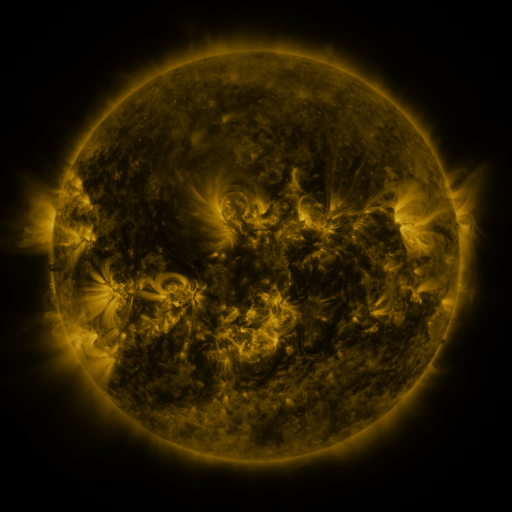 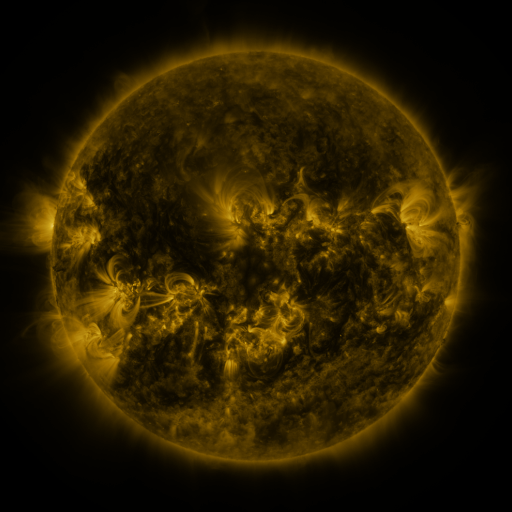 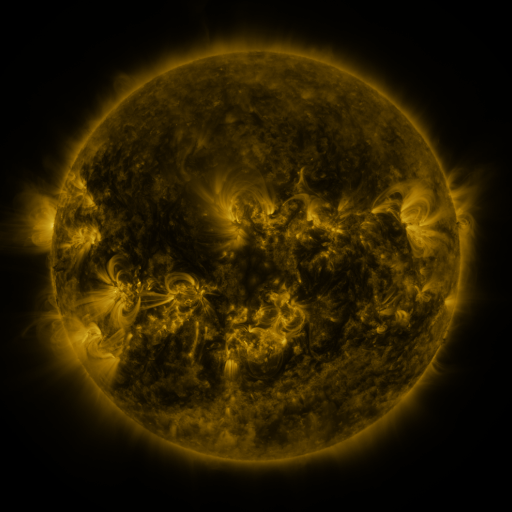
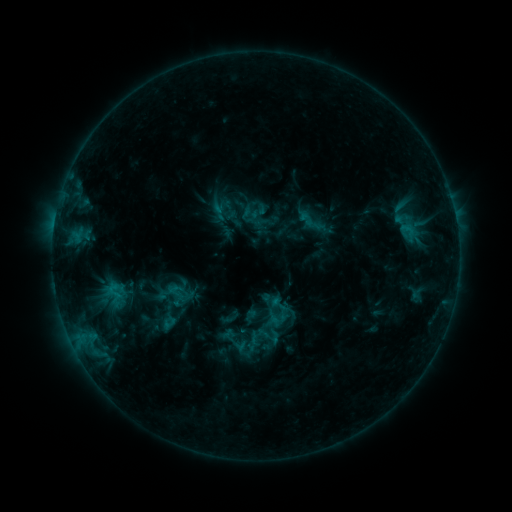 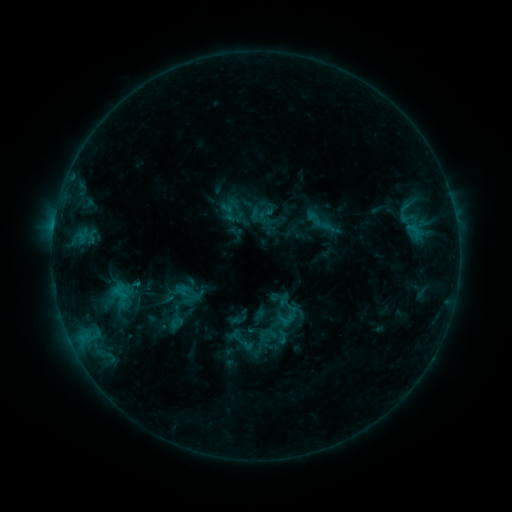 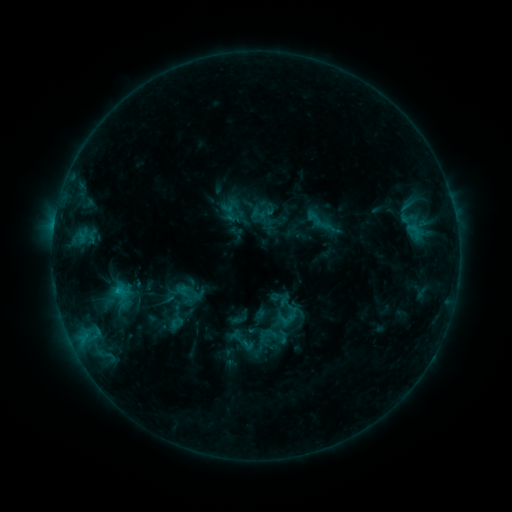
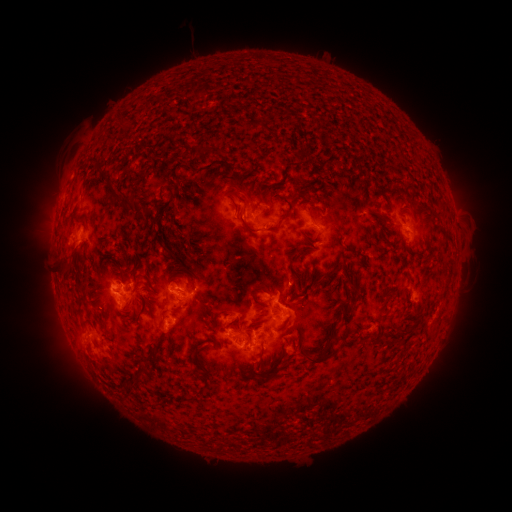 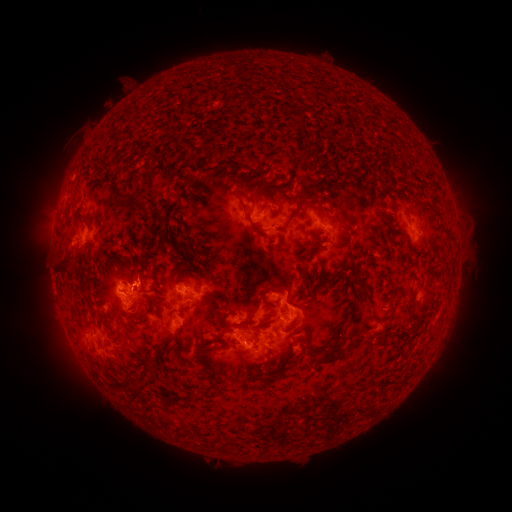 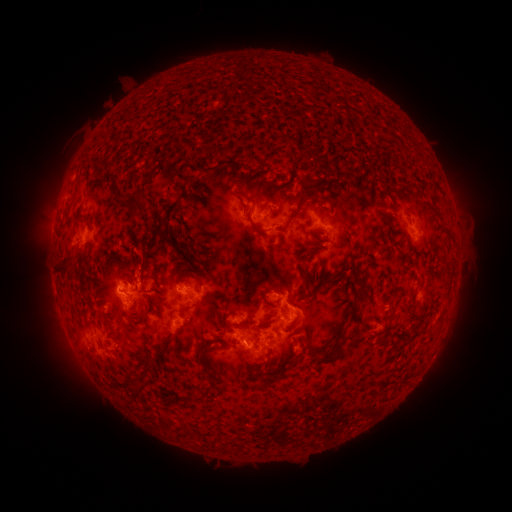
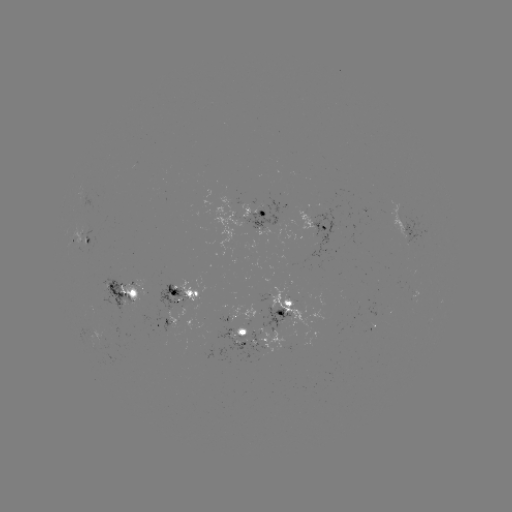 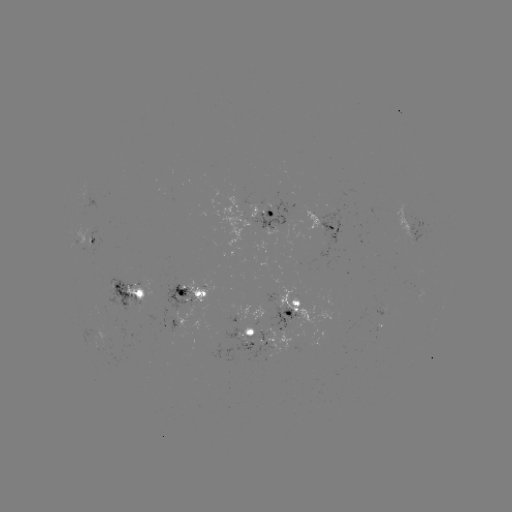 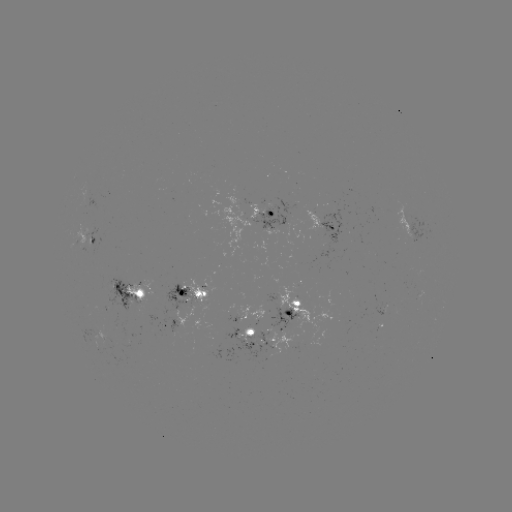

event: emerging-flux region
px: (280, 219)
